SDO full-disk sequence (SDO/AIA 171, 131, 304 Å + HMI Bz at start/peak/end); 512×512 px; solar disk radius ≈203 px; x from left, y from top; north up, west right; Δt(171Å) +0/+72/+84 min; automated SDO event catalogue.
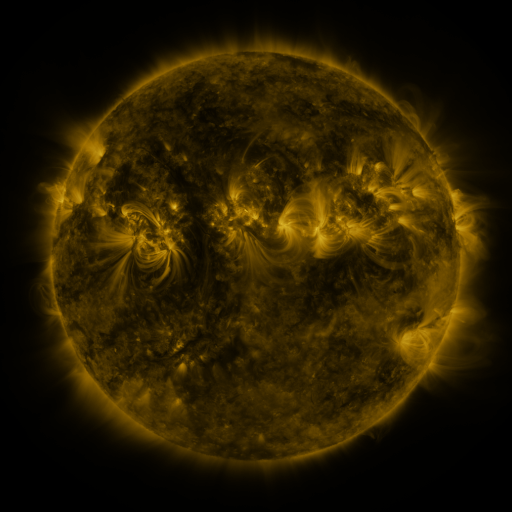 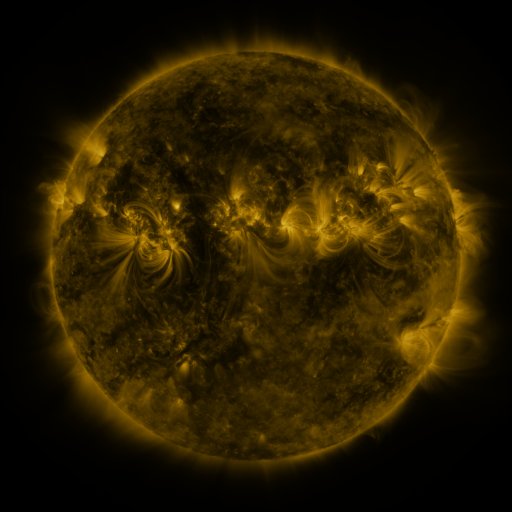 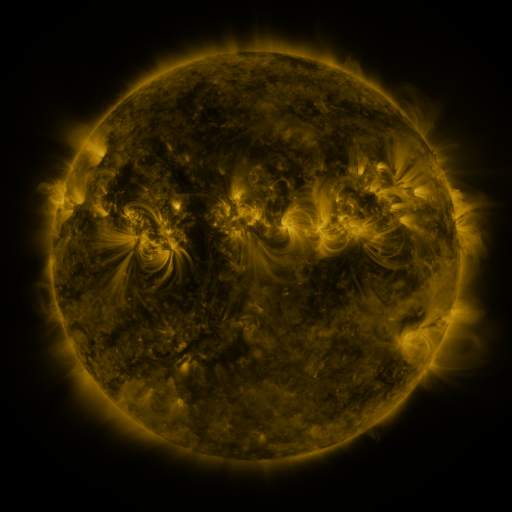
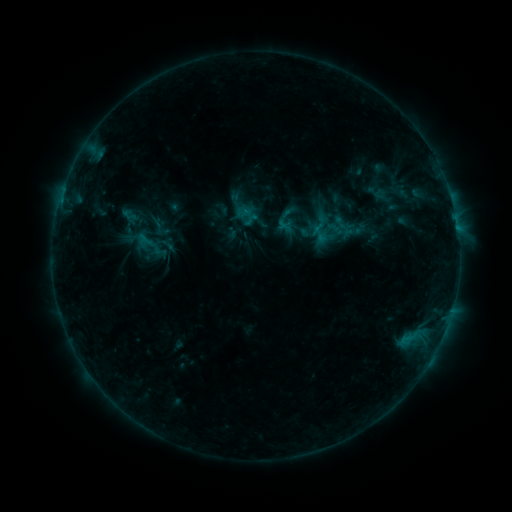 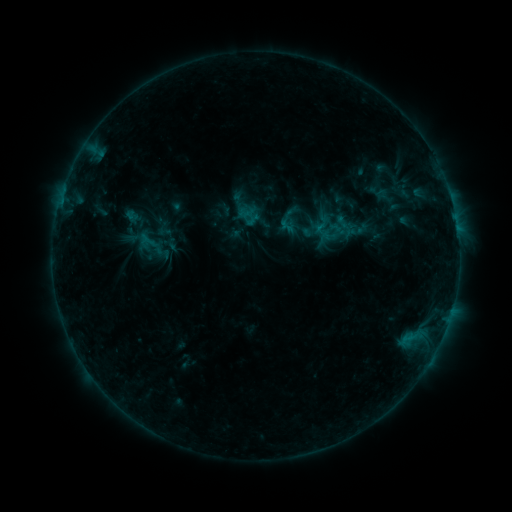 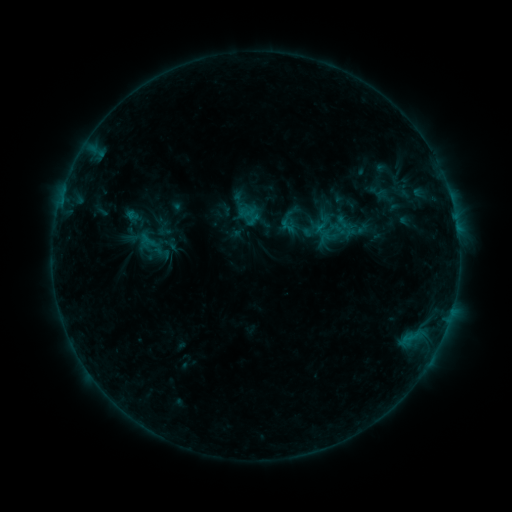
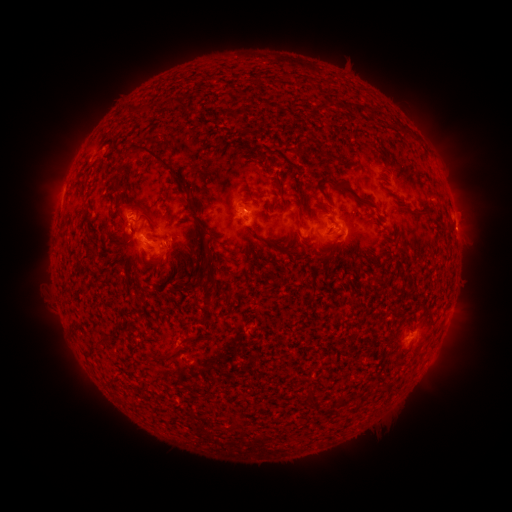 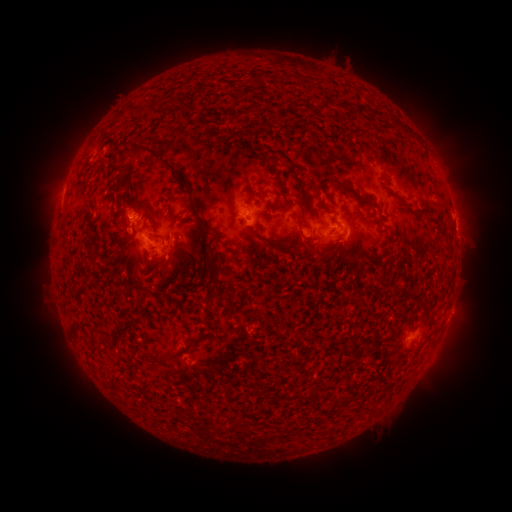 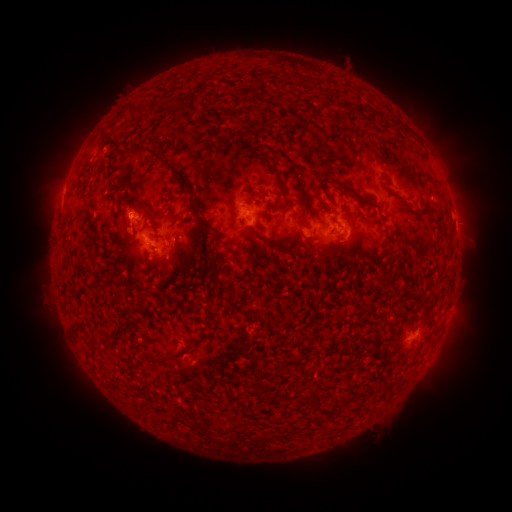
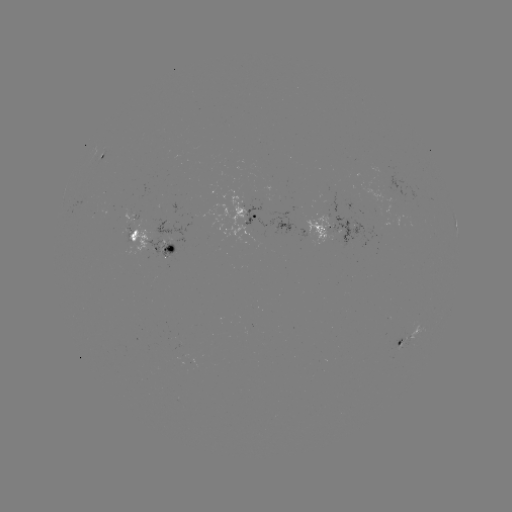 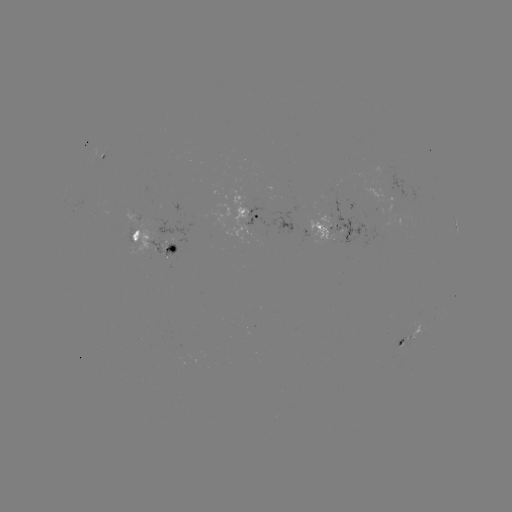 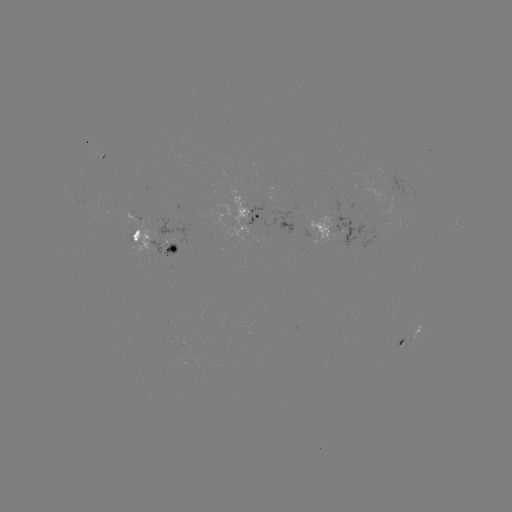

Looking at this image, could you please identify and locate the emerging-flux region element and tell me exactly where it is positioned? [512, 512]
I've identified emerging-flux region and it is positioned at [162, 249].